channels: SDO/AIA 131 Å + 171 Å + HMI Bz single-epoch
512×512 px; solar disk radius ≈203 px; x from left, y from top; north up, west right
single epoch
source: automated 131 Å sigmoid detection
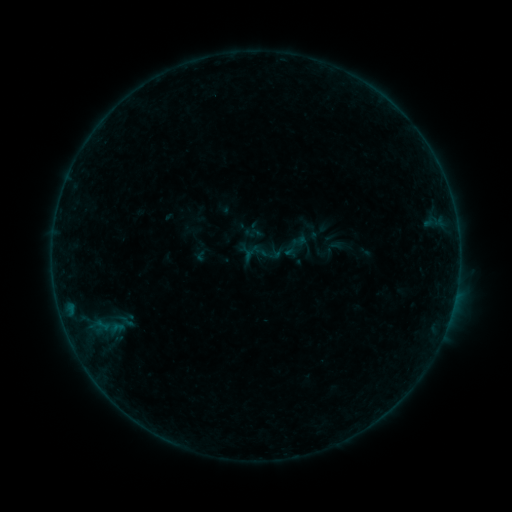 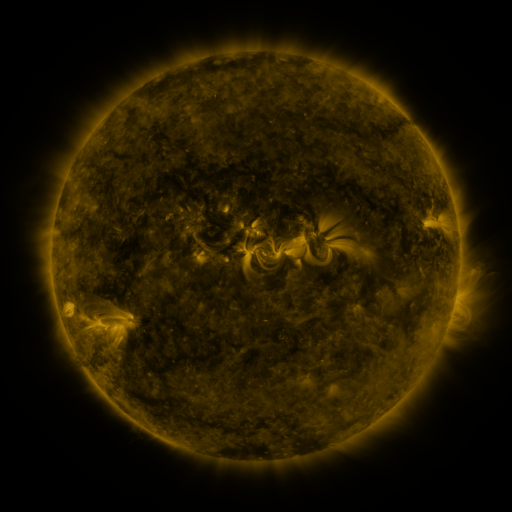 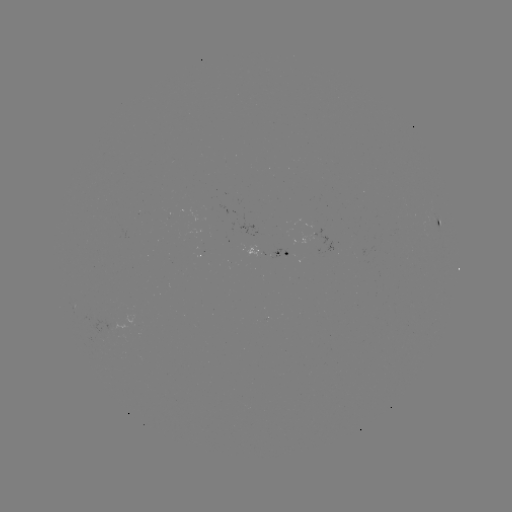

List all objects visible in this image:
sigmoid: (291, 233, 308, 249)
